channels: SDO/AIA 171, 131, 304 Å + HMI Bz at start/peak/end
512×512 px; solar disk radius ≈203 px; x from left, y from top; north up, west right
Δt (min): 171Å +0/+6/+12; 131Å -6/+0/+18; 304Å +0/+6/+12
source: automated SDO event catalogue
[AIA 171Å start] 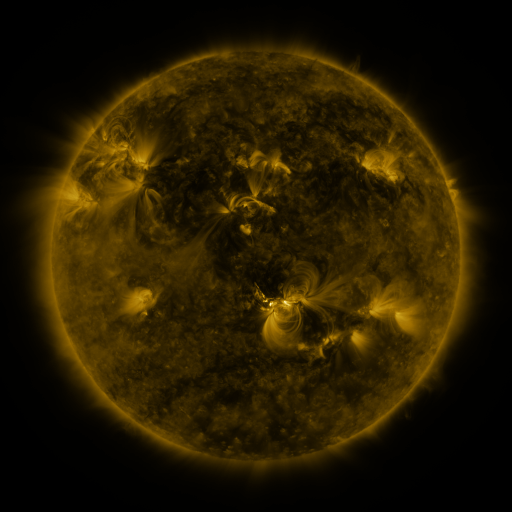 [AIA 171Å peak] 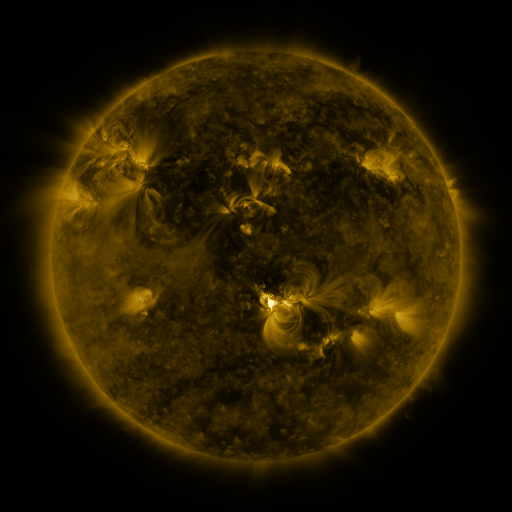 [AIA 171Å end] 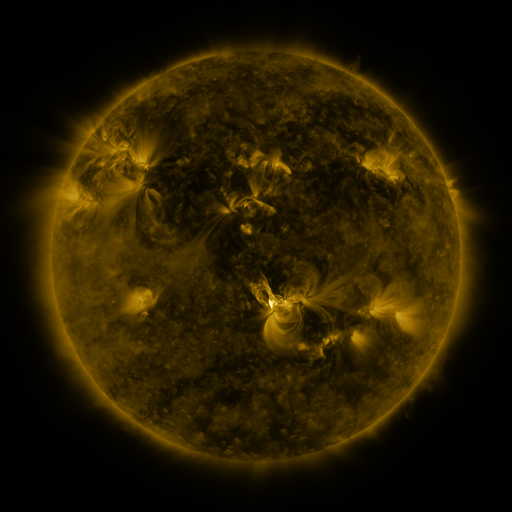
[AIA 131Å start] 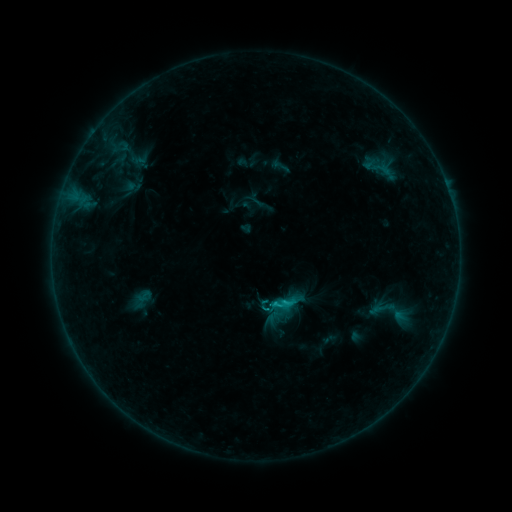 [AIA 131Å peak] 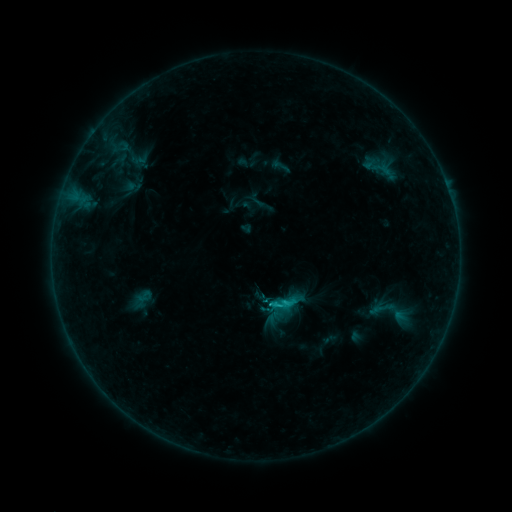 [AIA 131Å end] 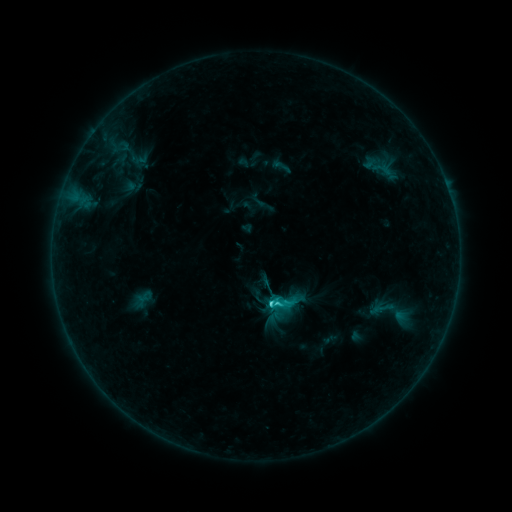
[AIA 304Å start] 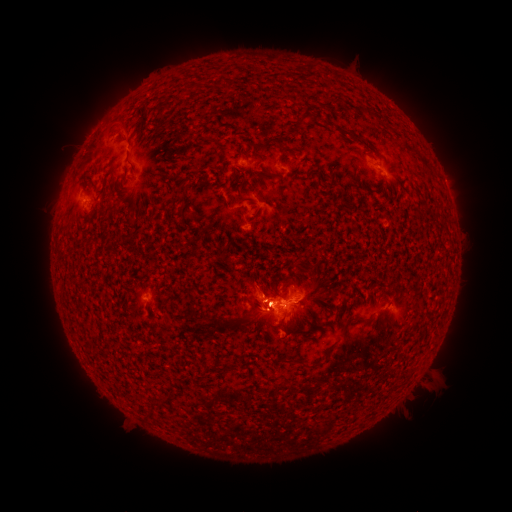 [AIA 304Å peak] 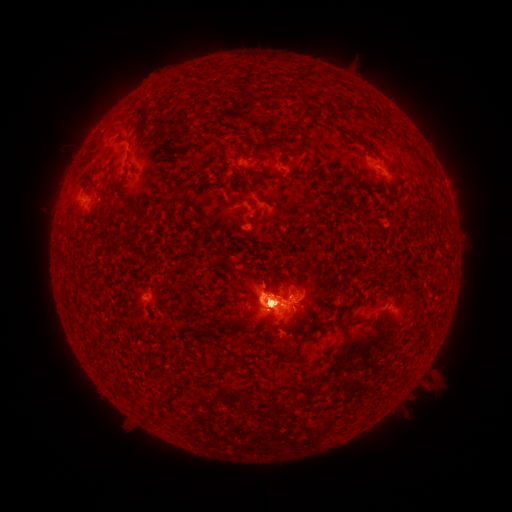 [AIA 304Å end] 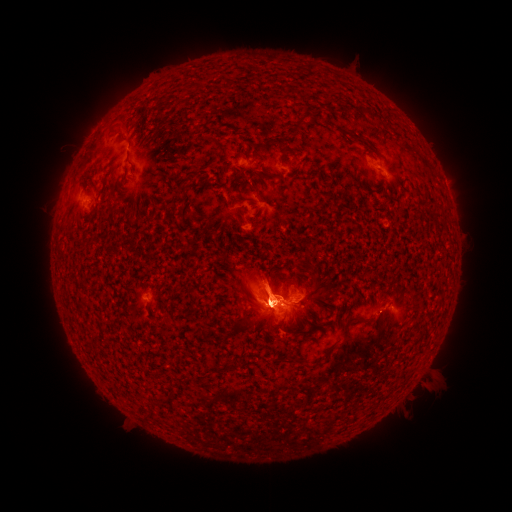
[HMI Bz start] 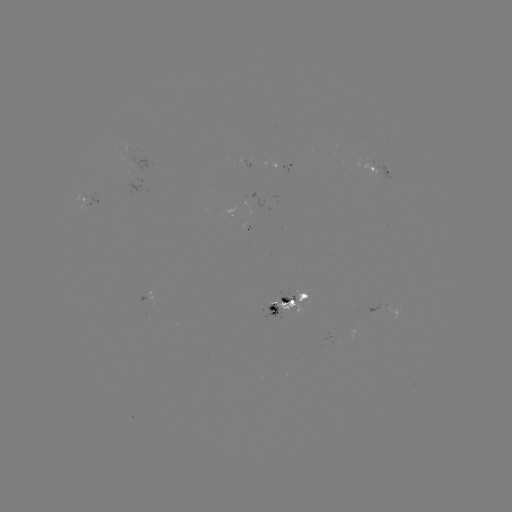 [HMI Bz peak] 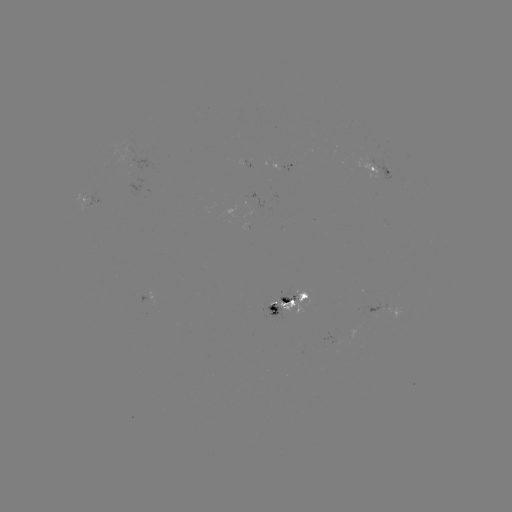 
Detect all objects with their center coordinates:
eruption: (115, 138)
